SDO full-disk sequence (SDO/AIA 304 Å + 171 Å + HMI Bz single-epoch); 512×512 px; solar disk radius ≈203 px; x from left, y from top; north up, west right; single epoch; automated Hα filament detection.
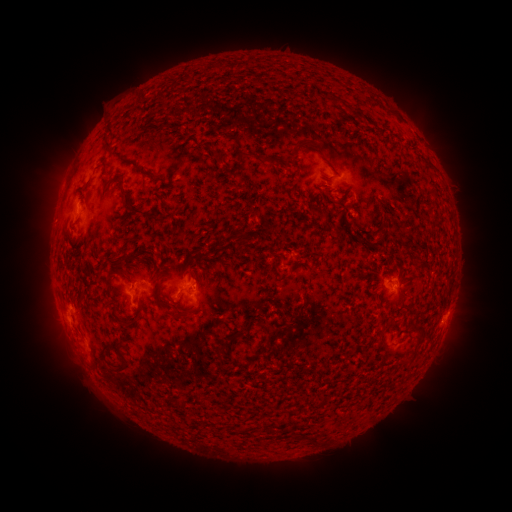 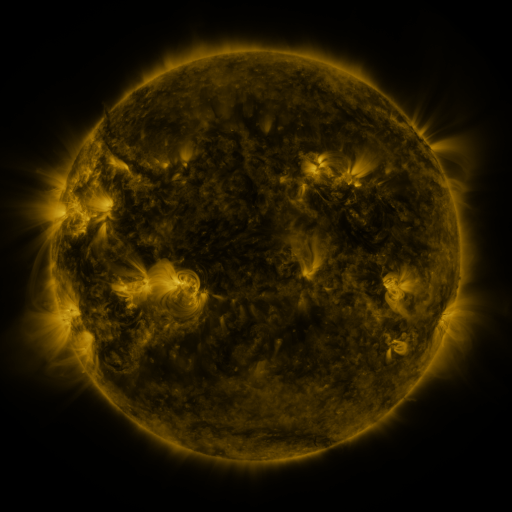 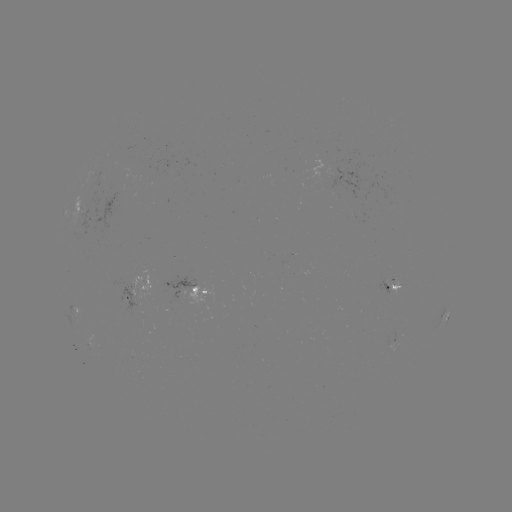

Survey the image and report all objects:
filament: (186, 79)
filament: (329, 99)
filament: (231, 138)
filament: (107, 148)
filament: (209, 153)
filament: (263, 160)
filament: (294, 163)
filament: (146, 176)
filament: (432, 189)
filament: (126, 206)
filament: (254, 211)
filament: (240, 242)
filament: (147, 260)
filament: (134, 261)
filament: (276, 262)
filament: (293, 265)
filament: (209, 268)
filament: (112, 275)
filament: (160, 286)
filament: (171, 315)
filament: (415, 324)
filament: (265, 326)
filament: (268, 342)
filament: (224, 346)
filament: (109, 348)
filament: (125, 362)
filament: (180, 404)
filament: (306, 435)
filament: (316, 439)
